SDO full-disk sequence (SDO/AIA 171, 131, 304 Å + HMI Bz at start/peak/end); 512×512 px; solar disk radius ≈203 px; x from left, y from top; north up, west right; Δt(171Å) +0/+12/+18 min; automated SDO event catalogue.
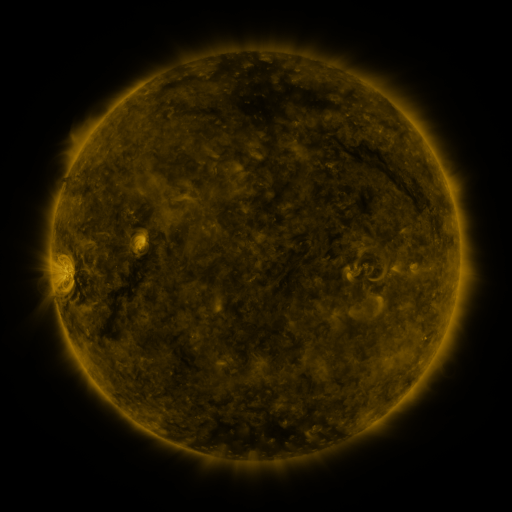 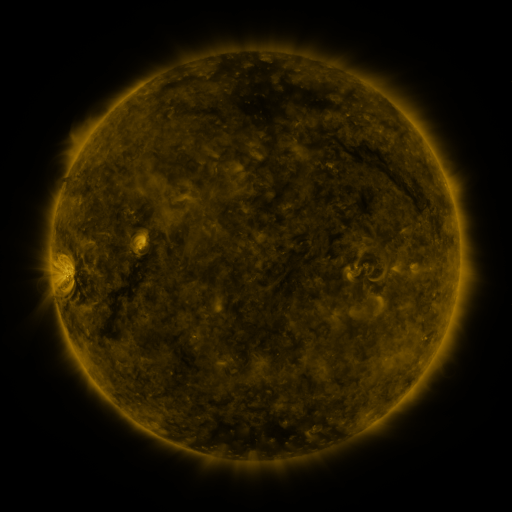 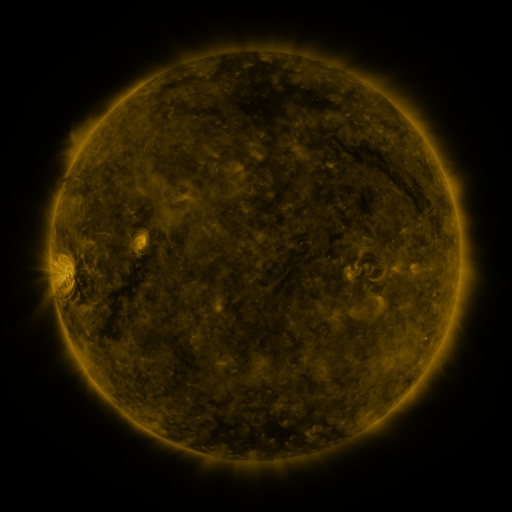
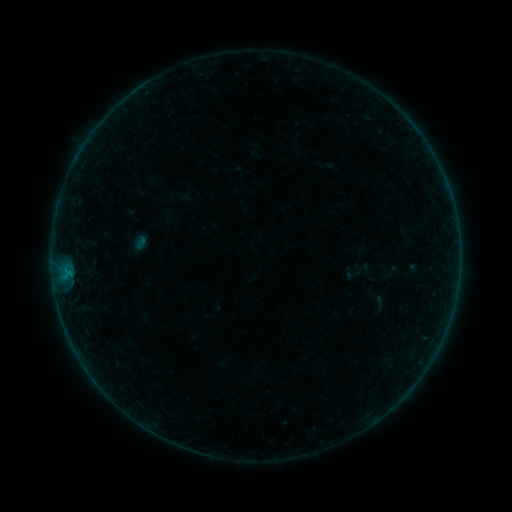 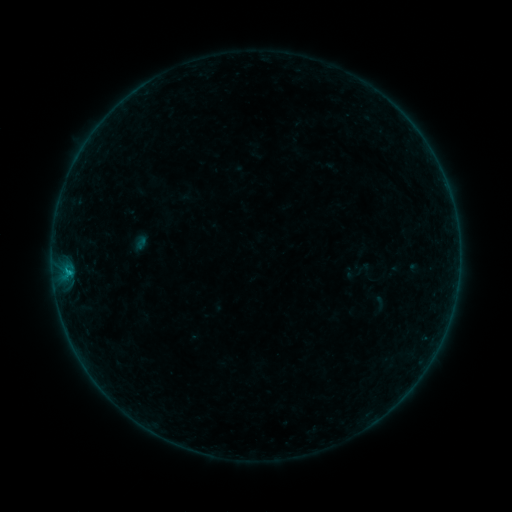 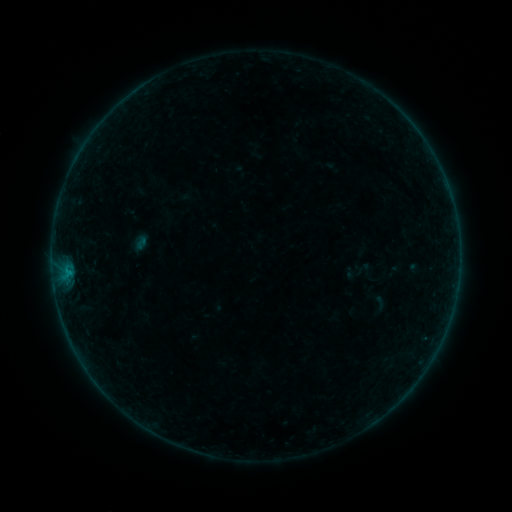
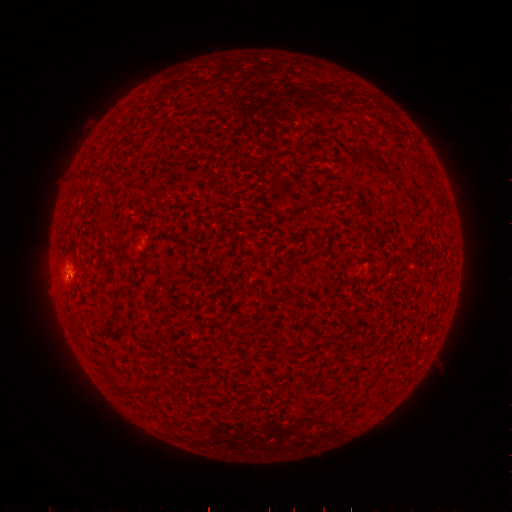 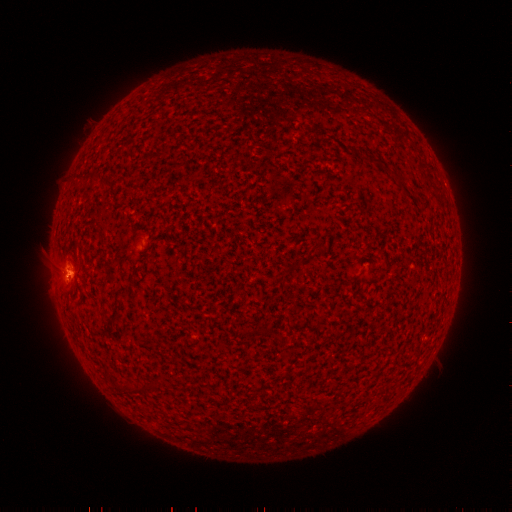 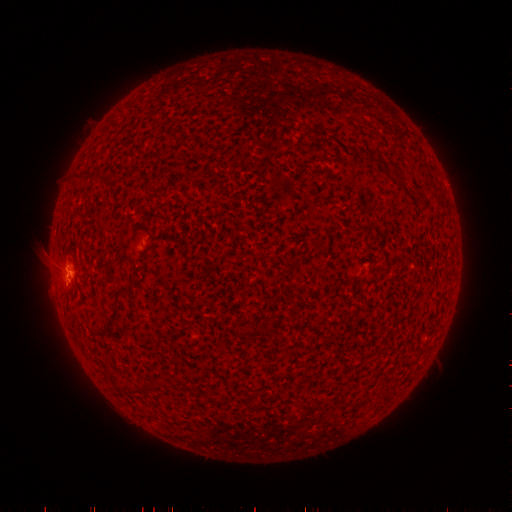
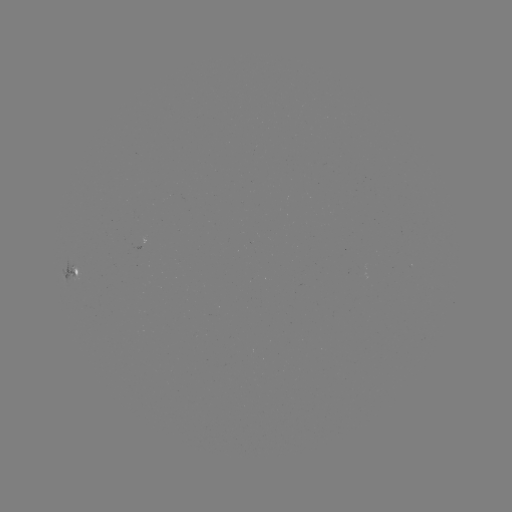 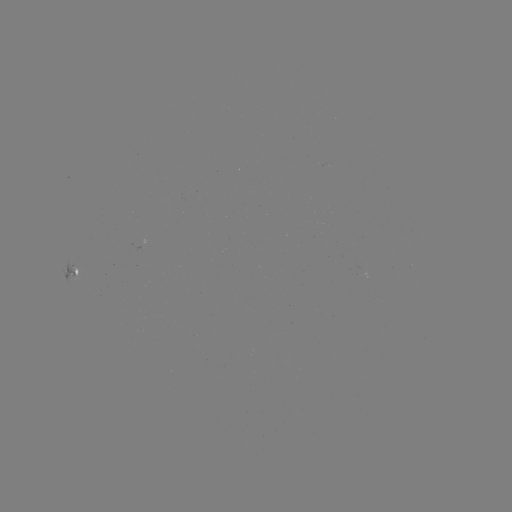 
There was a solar flare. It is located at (68, 272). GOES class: B3.2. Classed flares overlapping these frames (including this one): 1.